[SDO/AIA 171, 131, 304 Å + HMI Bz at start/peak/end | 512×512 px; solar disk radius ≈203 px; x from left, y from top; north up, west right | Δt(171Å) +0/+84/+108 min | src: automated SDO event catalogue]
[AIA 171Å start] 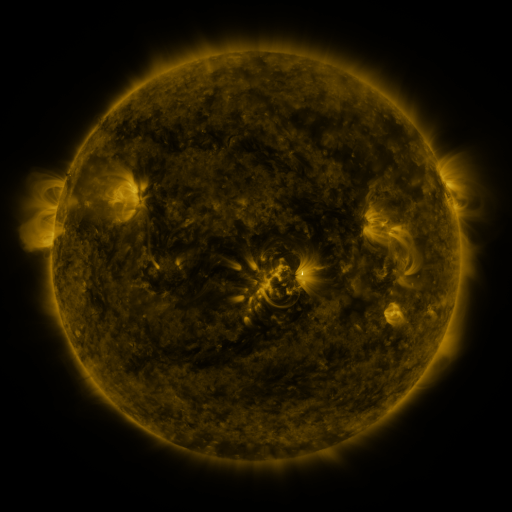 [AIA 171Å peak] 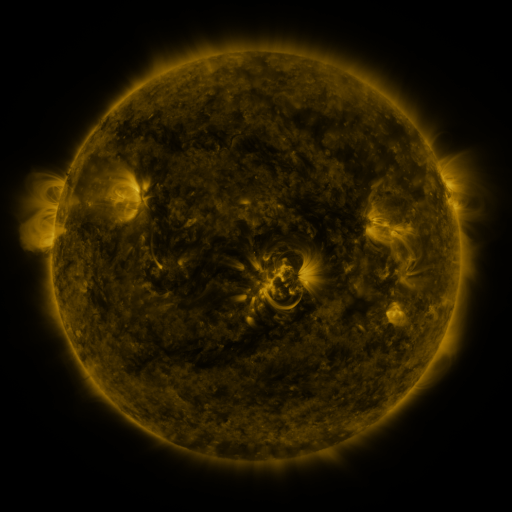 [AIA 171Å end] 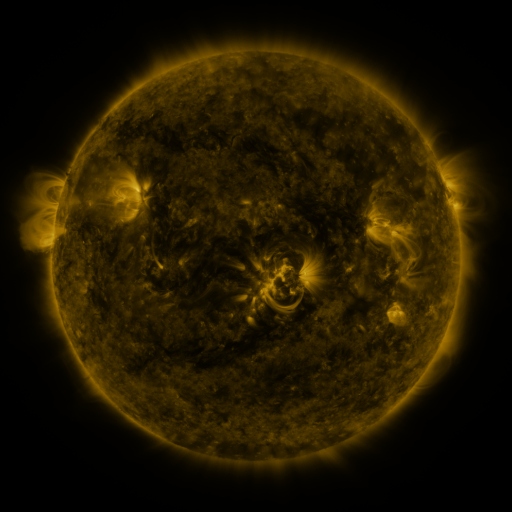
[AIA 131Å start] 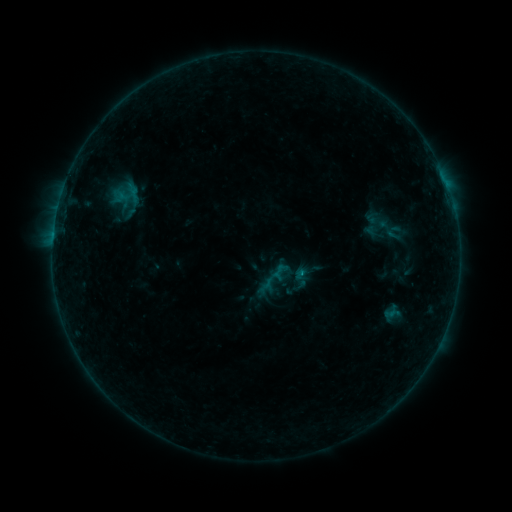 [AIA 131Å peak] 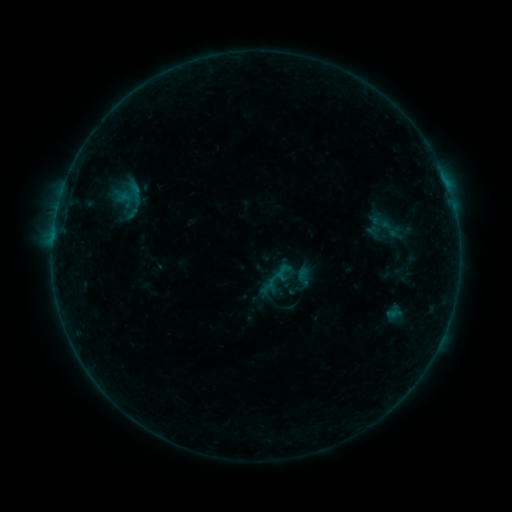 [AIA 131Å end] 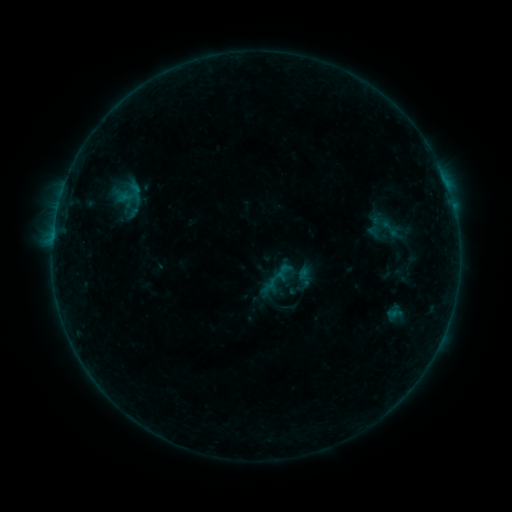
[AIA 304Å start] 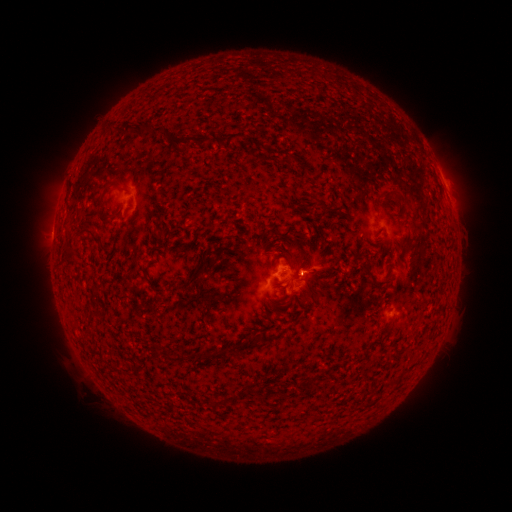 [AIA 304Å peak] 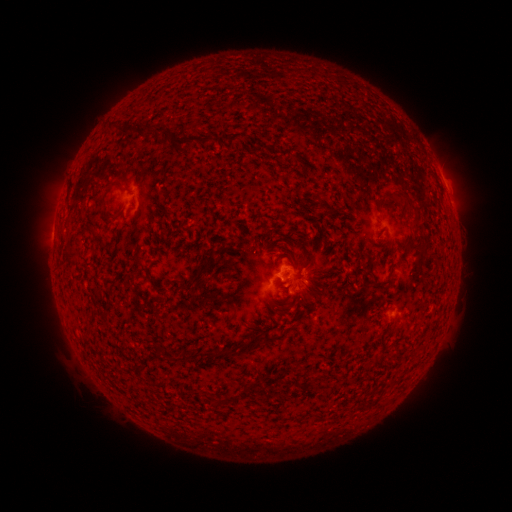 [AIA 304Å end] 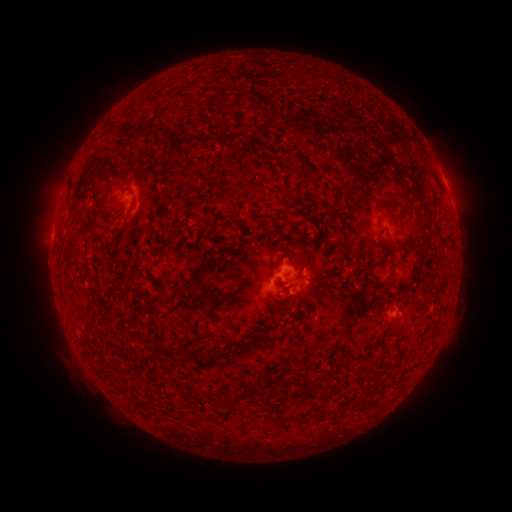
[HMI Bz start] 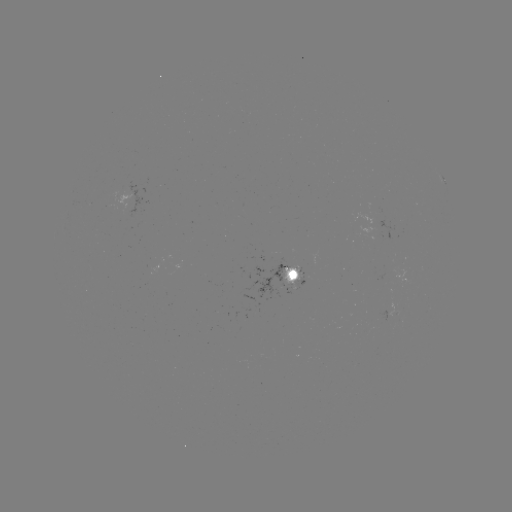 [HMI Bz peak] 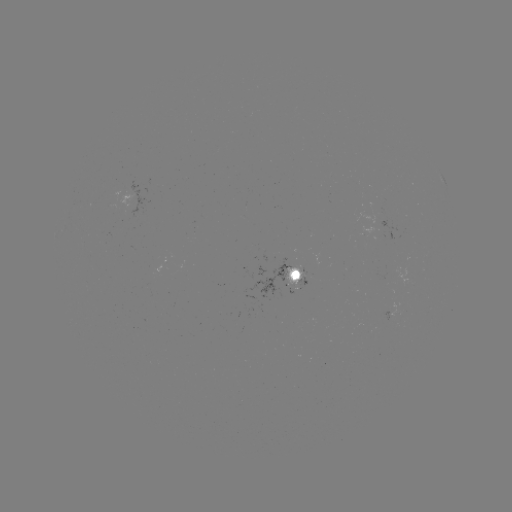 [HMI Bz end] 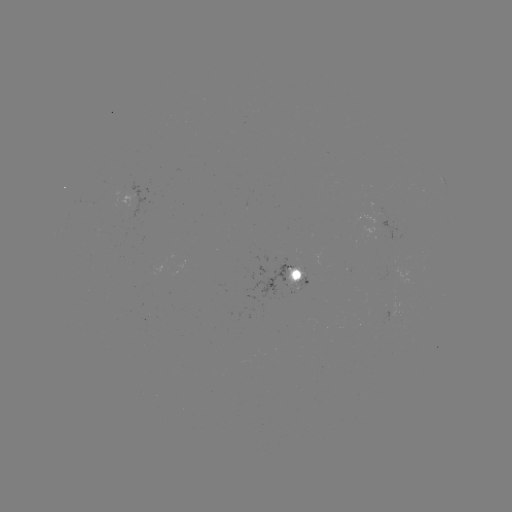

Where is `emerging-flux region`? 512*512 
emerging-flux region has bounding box [376, 221, 396, 239].